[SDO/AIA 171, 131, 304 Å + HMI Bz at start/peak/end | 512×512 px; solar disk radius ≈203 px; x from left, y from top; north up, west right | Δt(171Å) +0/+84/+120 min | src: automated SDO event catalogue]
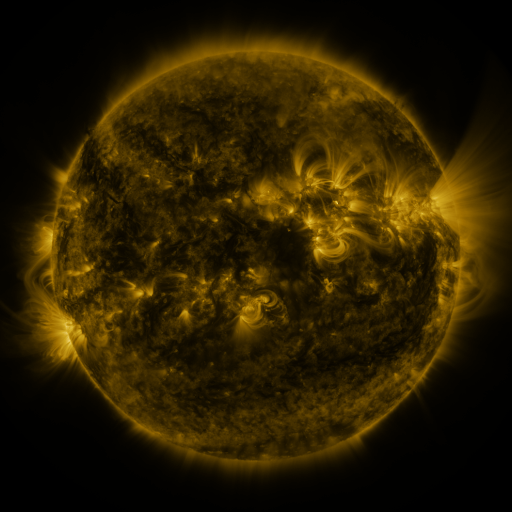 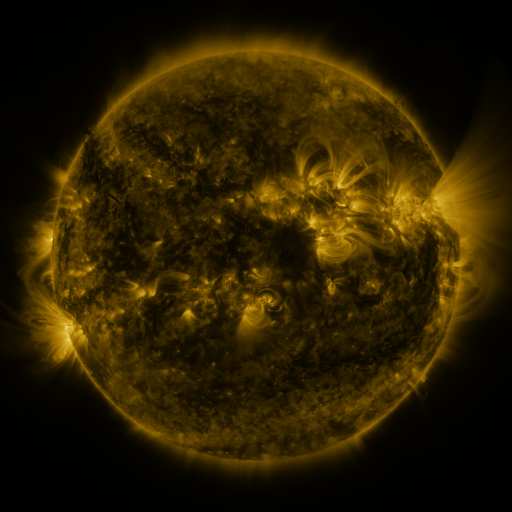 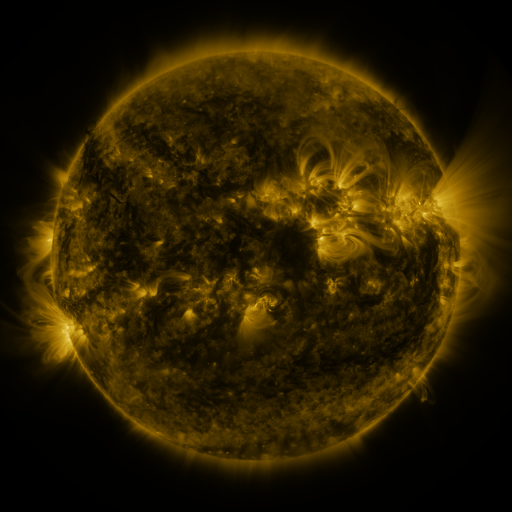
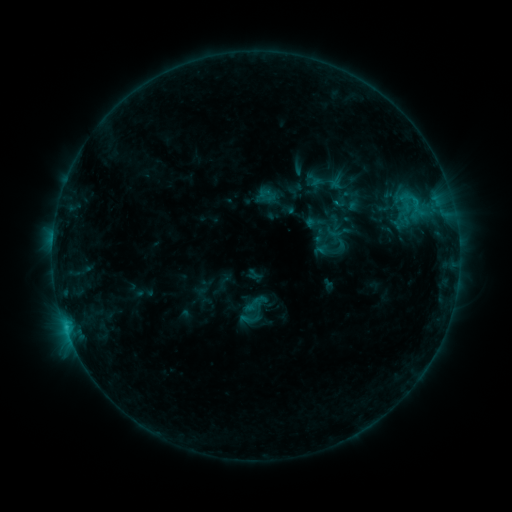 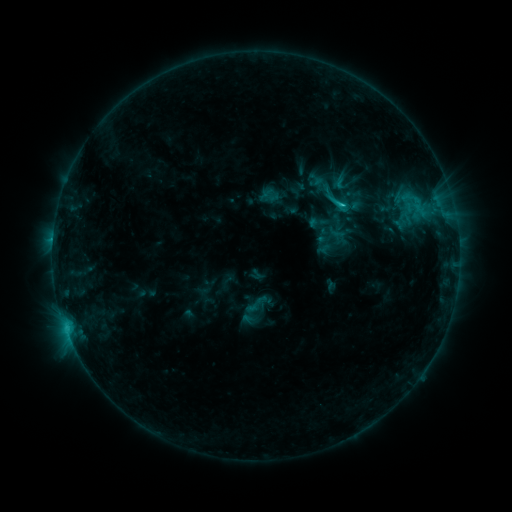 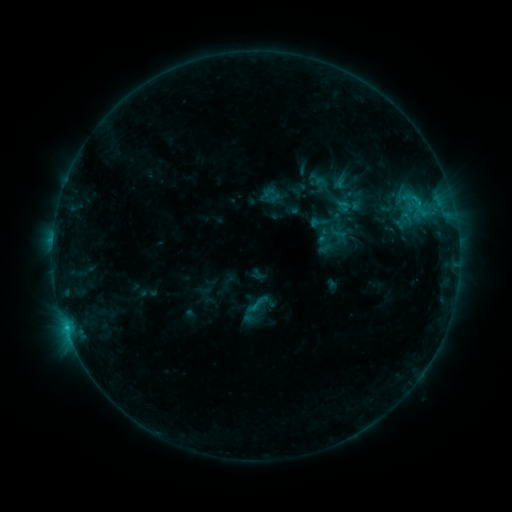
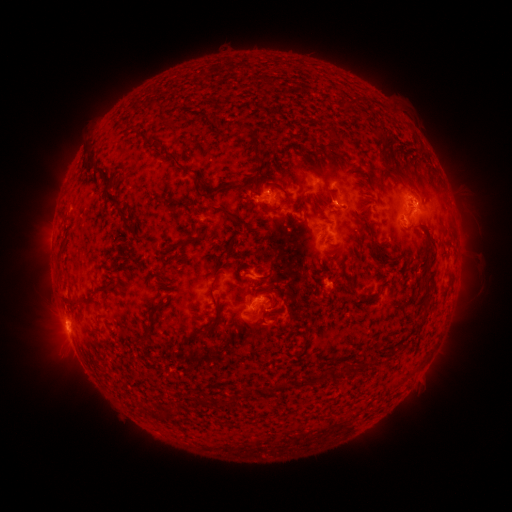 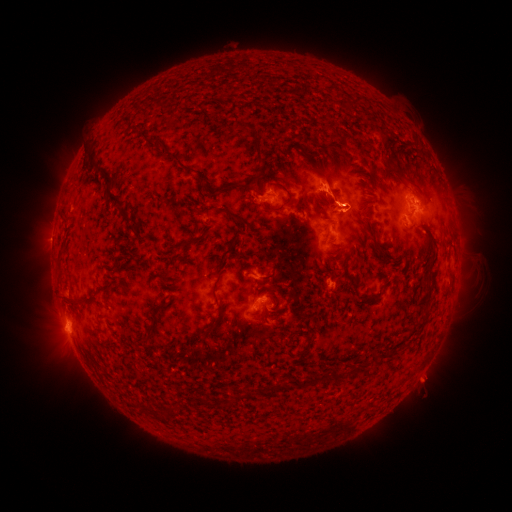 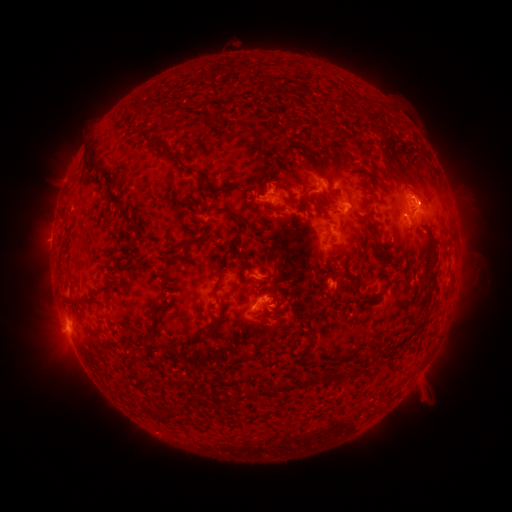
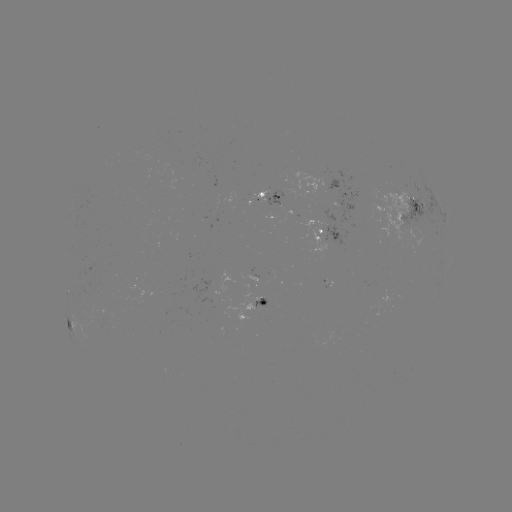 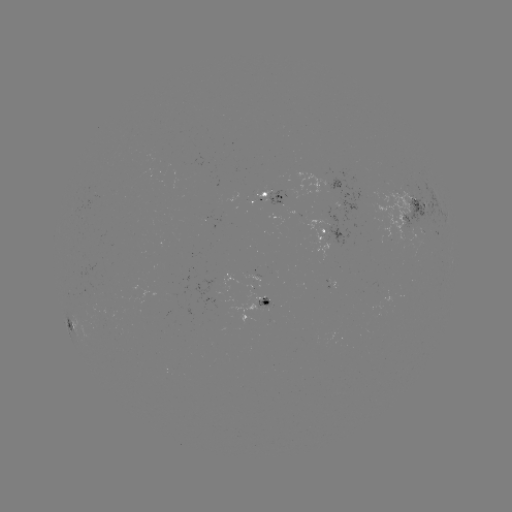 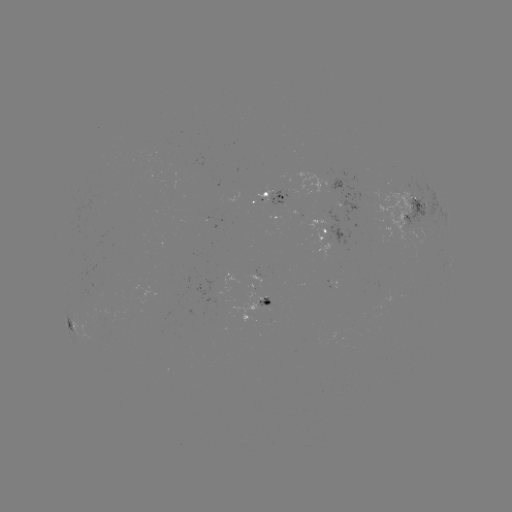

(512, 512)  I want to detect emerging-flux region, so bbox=[255, 297, 272, 308].